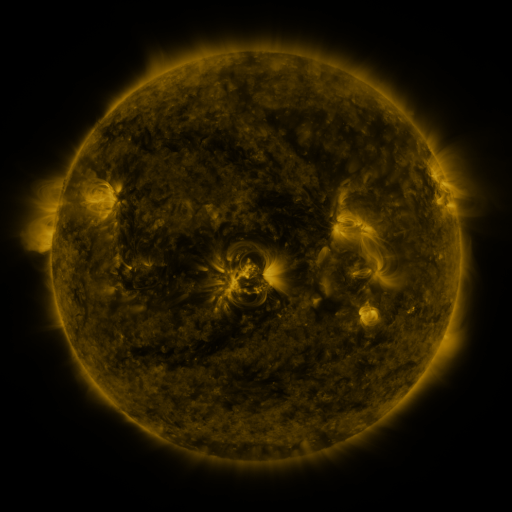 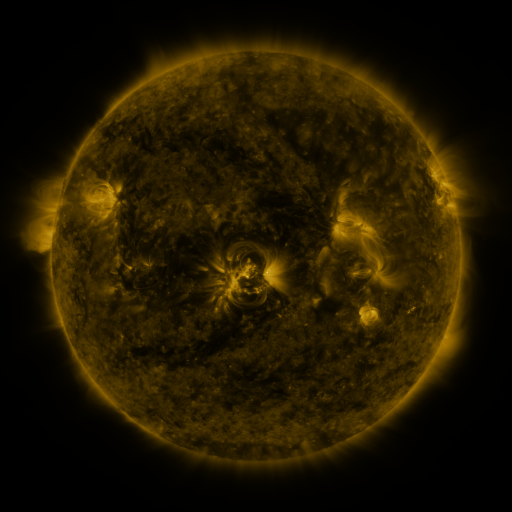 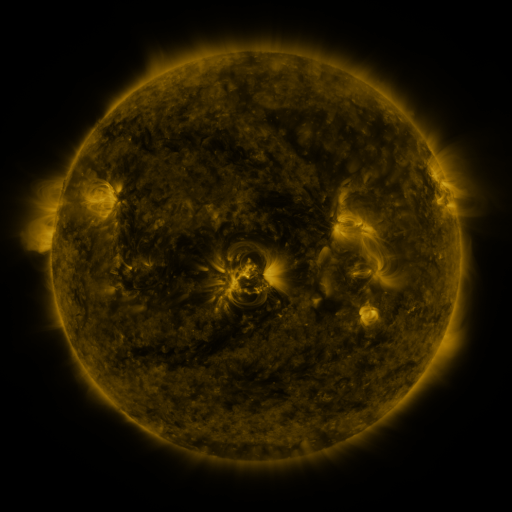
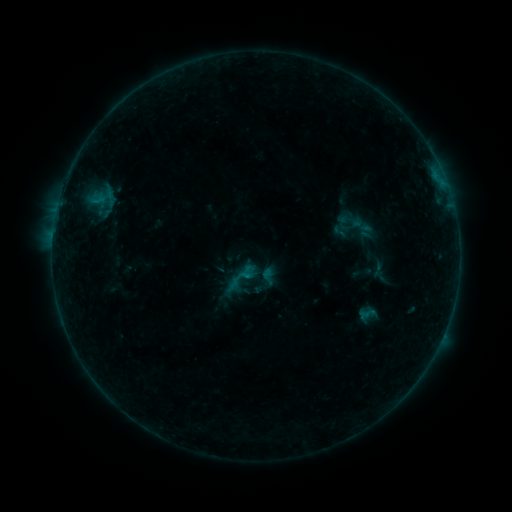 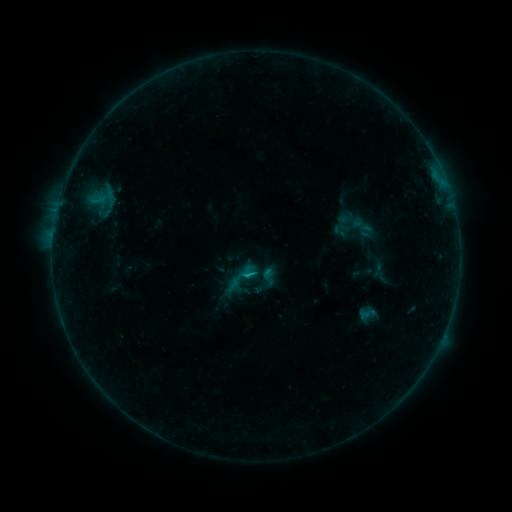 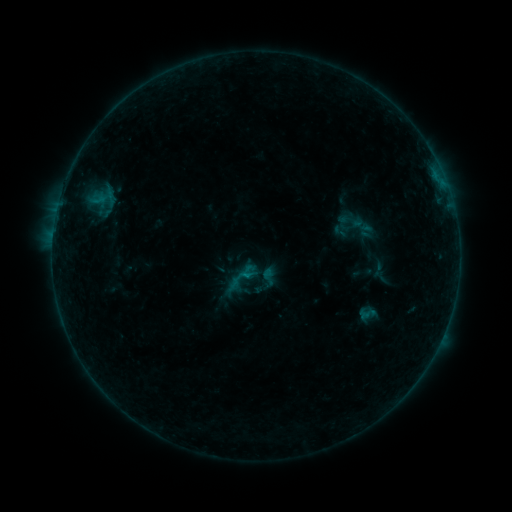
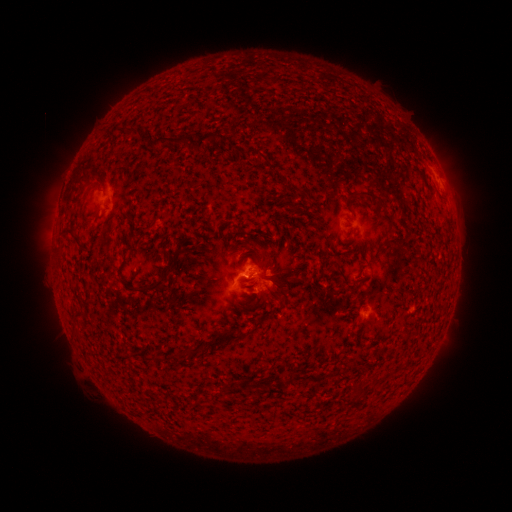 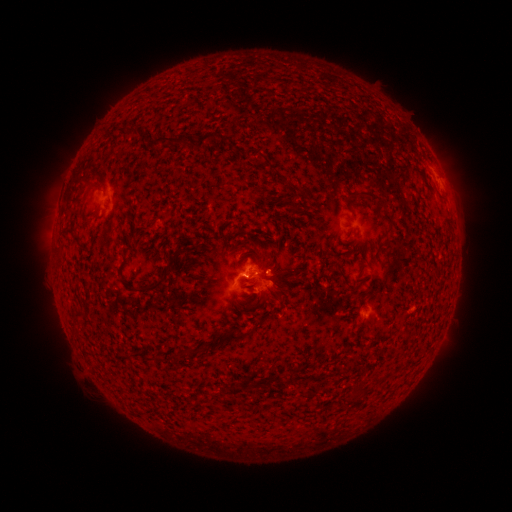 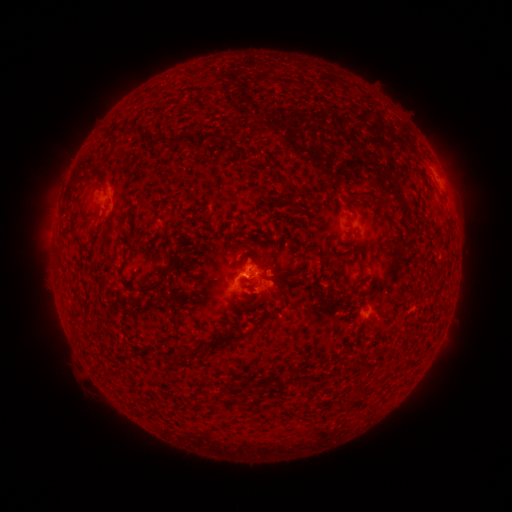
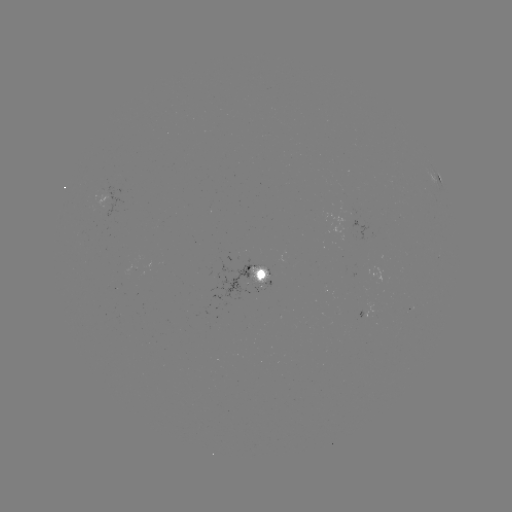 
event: flare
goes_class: B4.4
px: (248, 273)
